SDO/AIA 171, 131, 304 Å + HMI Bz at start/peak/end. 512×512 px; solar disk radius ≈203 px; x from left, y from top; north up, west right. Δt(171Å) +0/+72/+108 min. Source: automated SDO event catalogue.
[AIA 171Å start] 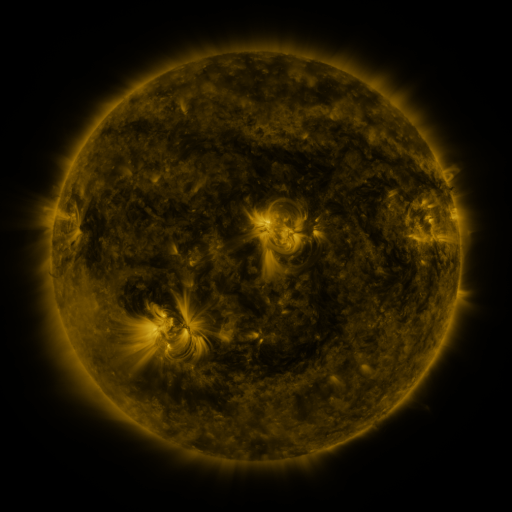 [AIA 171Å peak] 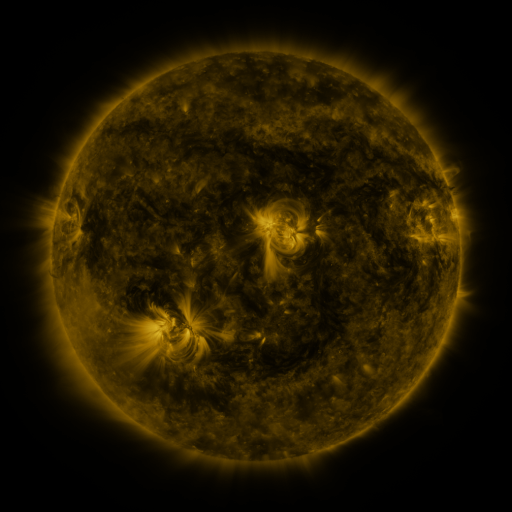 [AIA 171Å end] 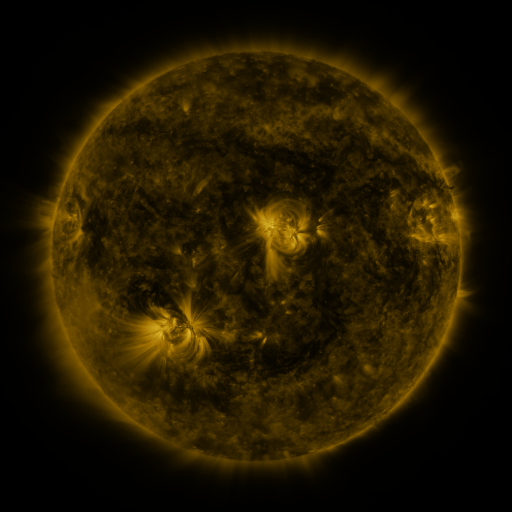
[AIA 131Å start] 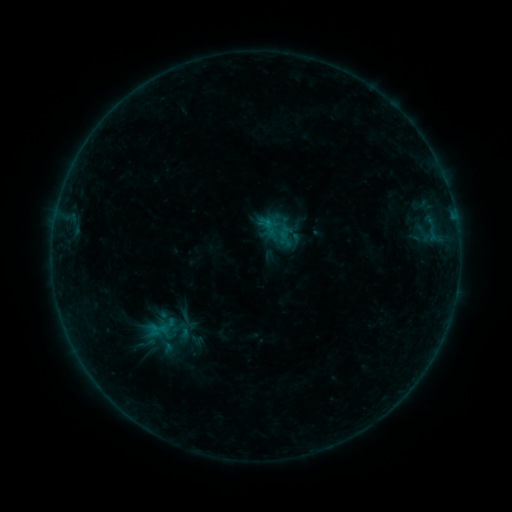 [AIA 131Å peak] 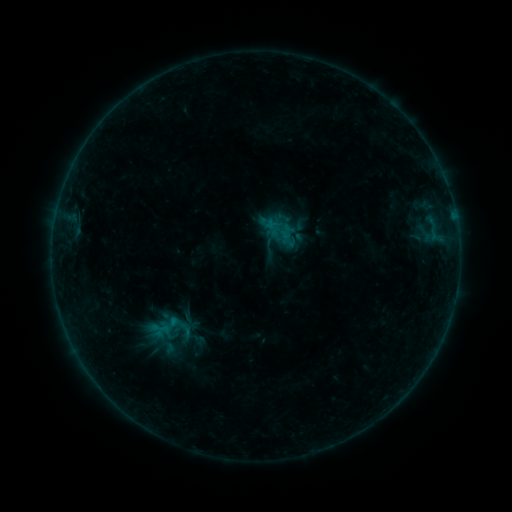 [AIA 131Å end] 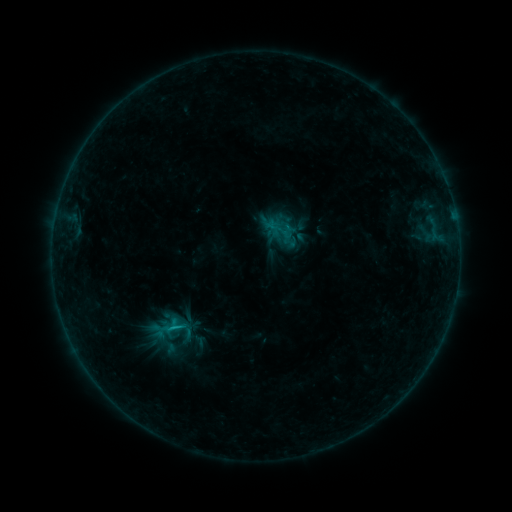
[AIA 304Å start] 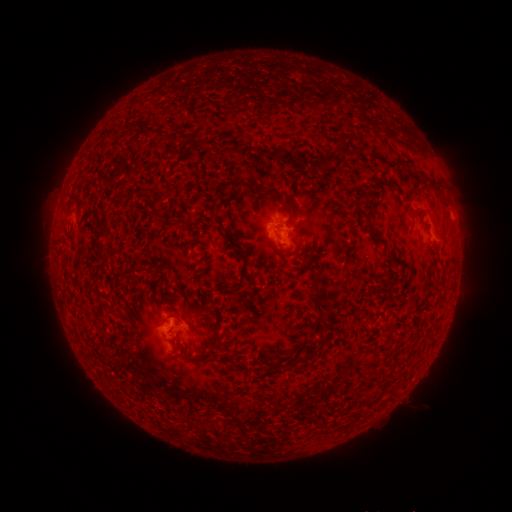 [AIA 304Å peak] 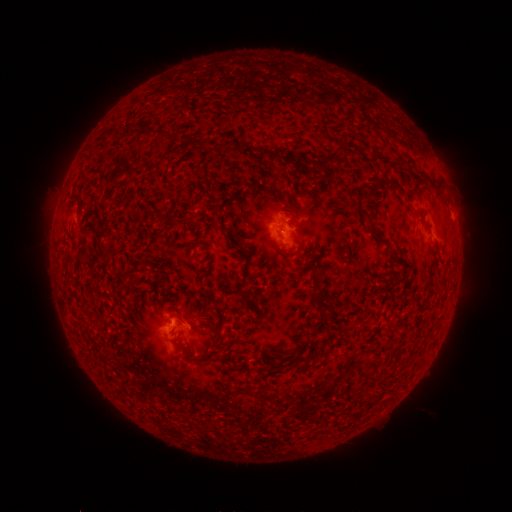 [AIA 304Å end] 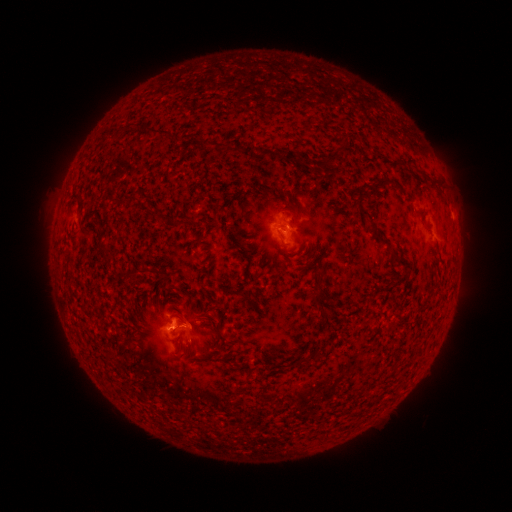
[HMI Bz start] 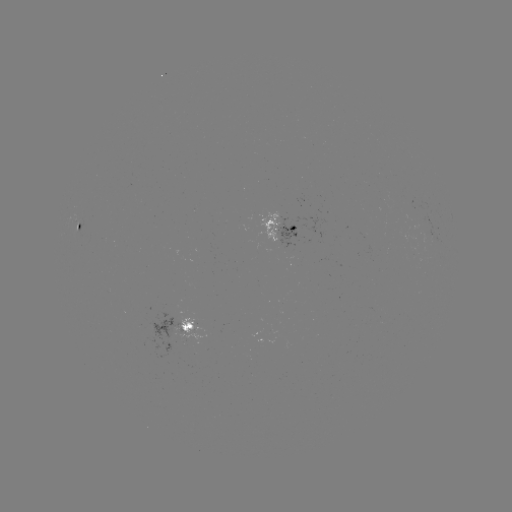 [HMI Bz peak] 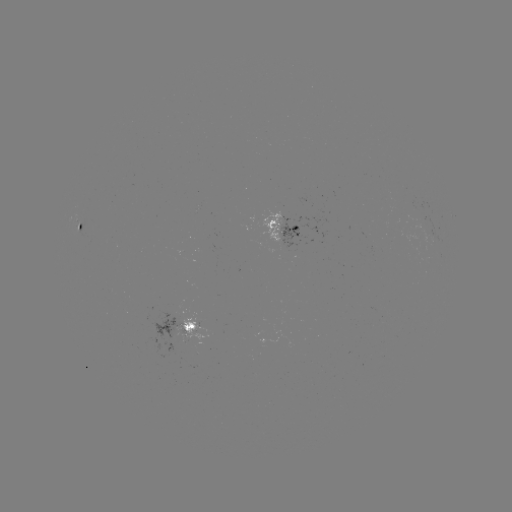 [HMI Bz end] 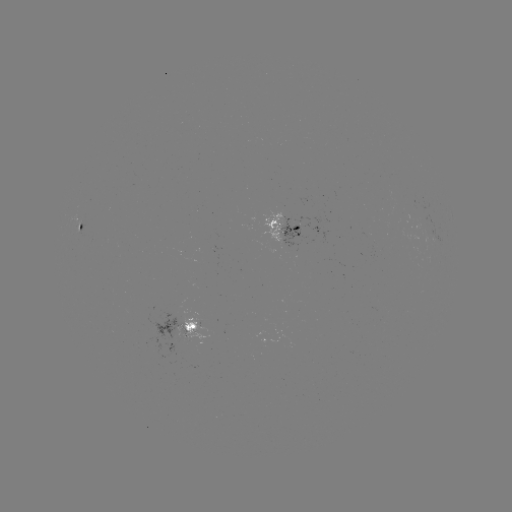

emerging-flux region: (402, 197, 421, 220)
